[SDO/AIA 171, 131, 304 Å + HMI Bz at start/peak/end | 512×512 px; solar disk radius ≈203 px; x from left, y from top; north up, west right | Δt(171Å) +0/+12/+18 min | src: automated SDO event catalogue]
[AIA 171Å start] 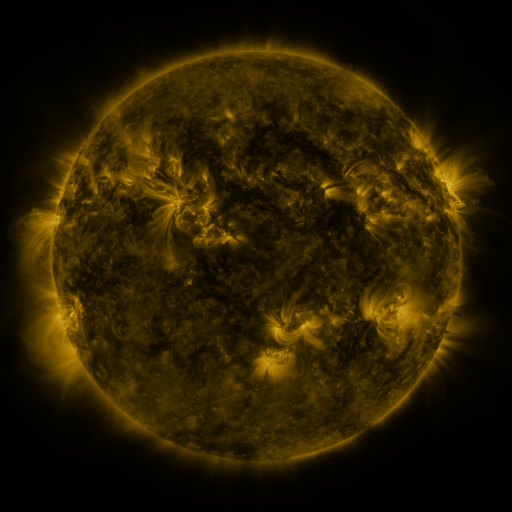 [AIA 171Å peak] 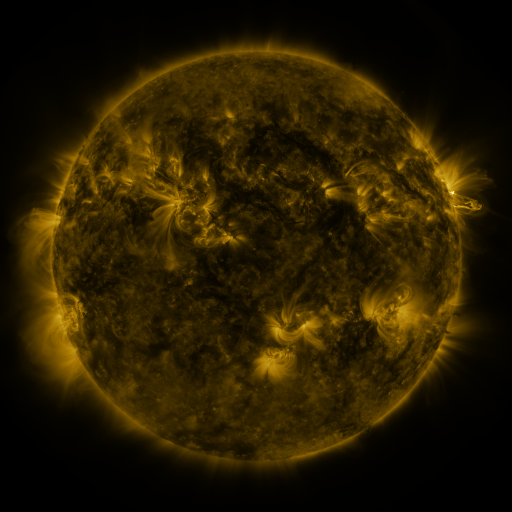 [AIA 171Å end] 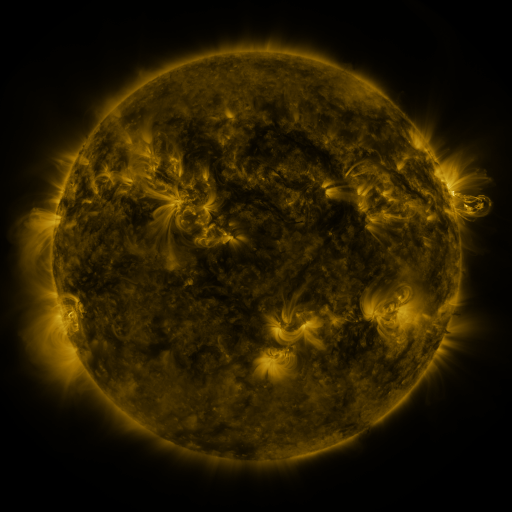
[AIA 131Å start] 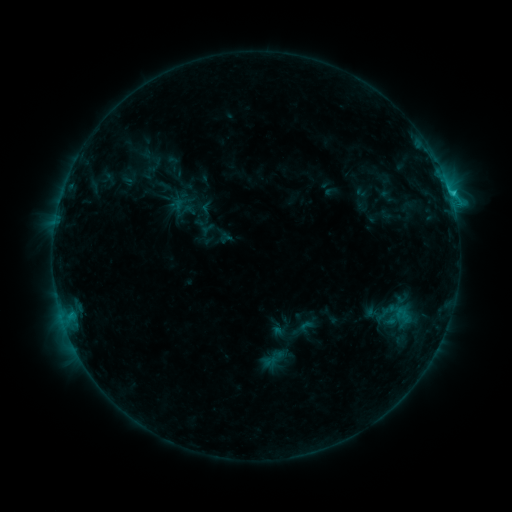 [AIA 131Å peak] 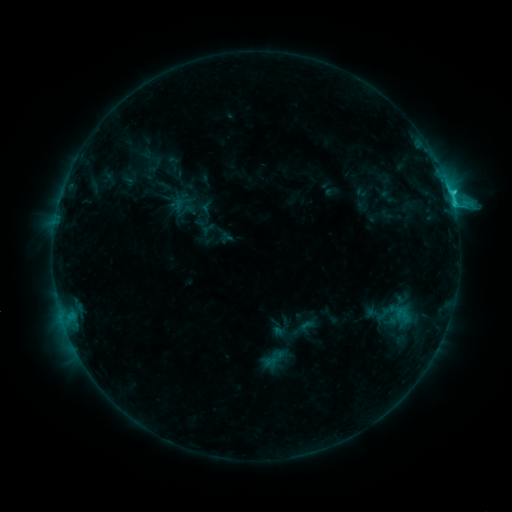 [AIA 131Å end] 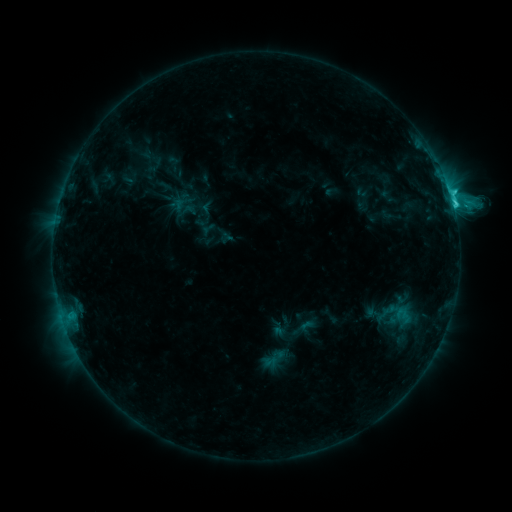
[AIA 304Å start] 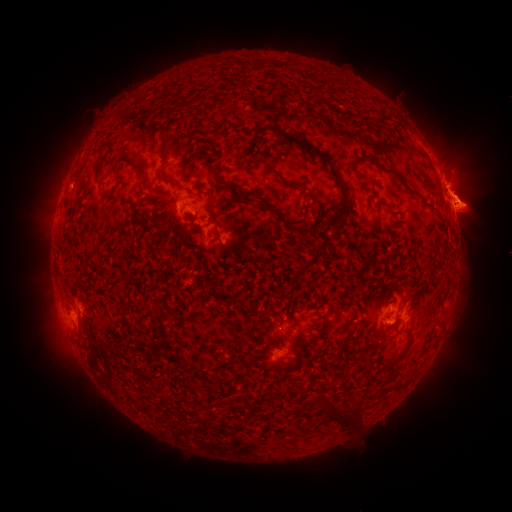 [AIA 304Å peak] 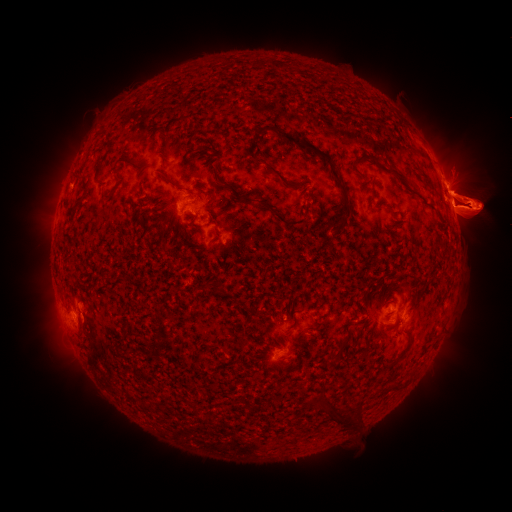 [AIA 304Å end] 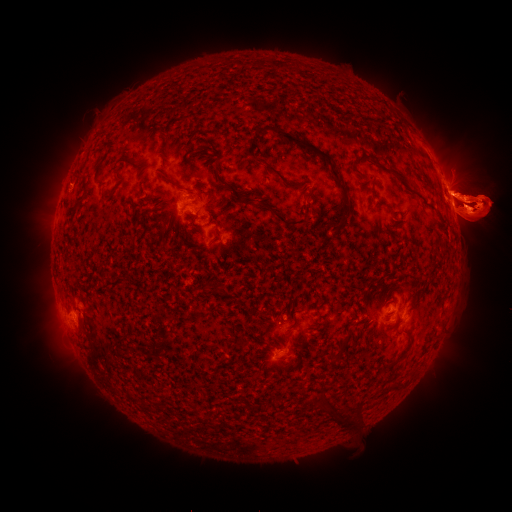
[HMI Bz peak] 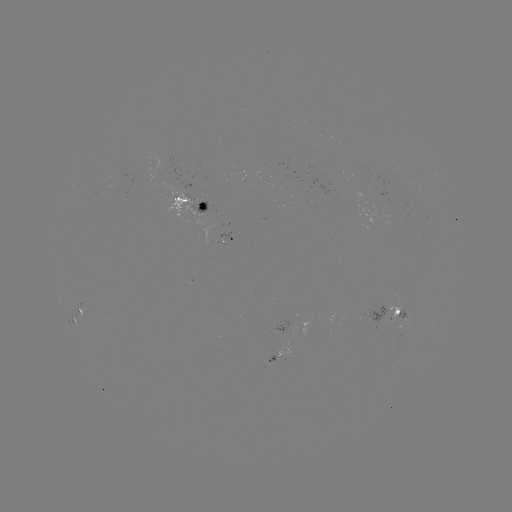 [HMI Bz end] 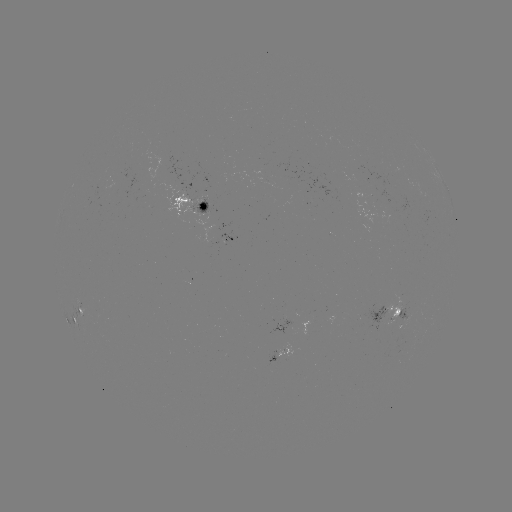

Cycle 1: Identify eruption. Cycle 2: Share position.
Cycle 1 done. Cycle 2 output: (85, 207).